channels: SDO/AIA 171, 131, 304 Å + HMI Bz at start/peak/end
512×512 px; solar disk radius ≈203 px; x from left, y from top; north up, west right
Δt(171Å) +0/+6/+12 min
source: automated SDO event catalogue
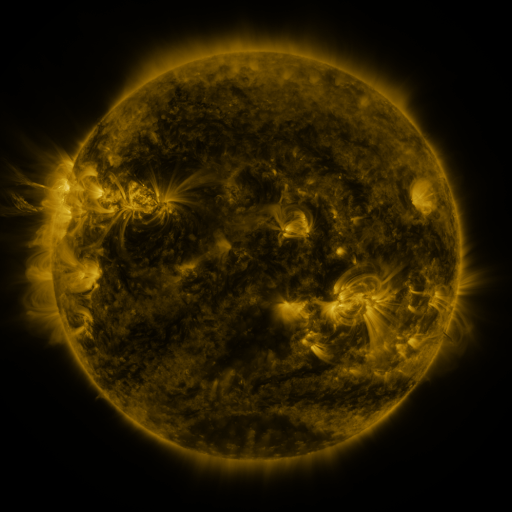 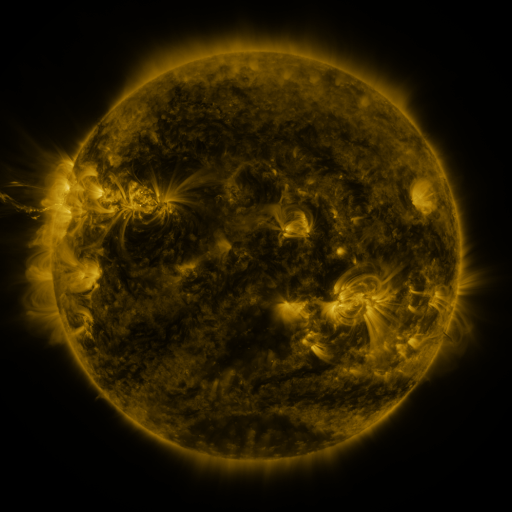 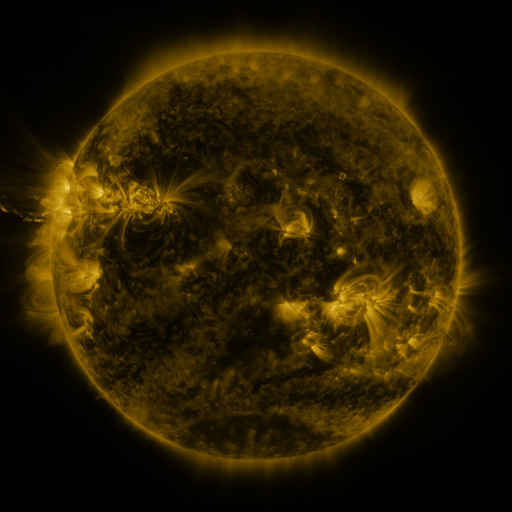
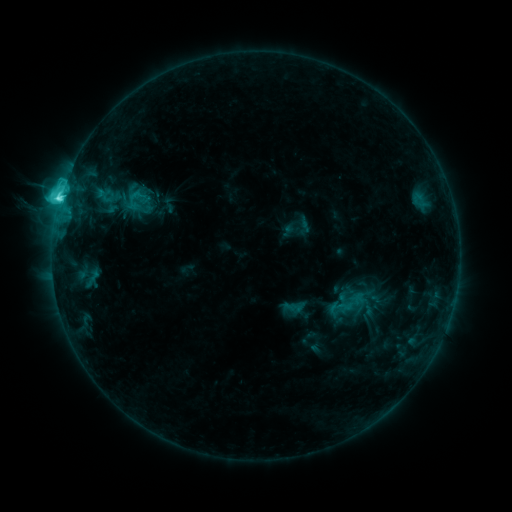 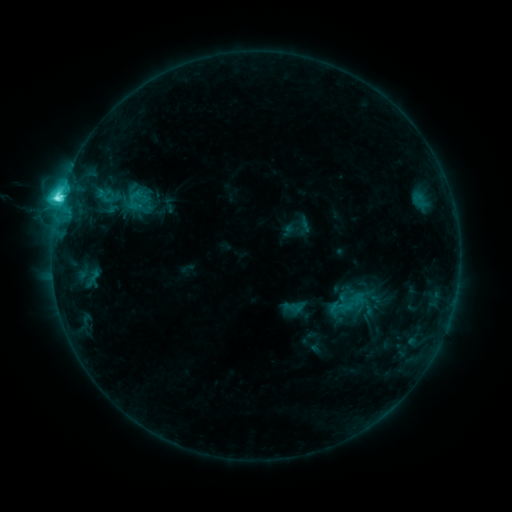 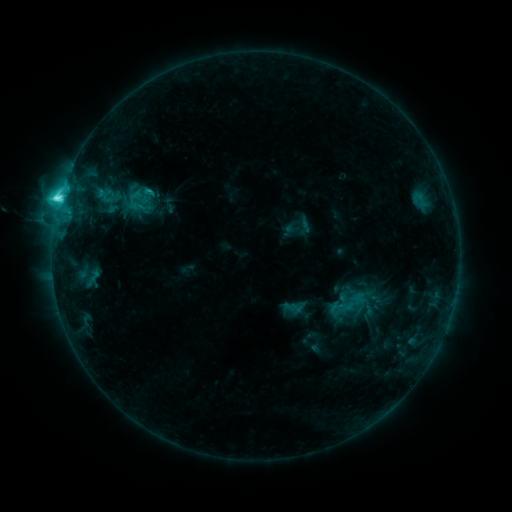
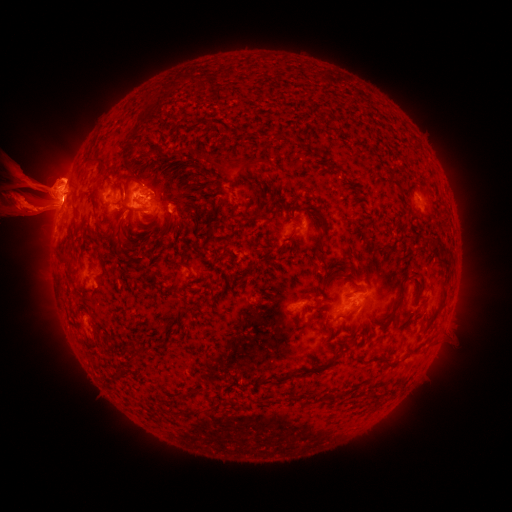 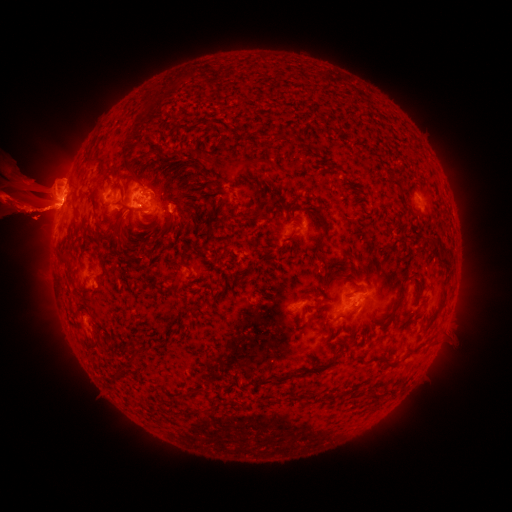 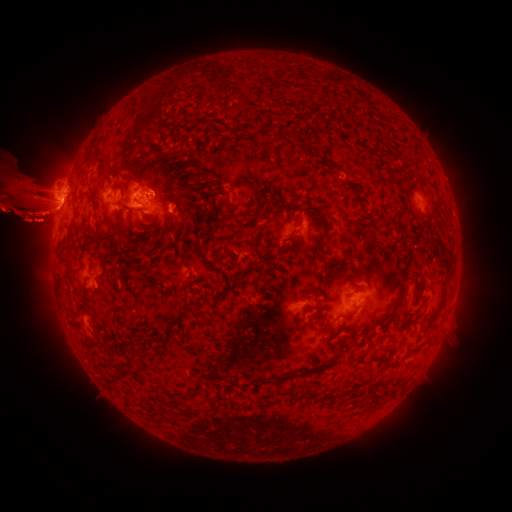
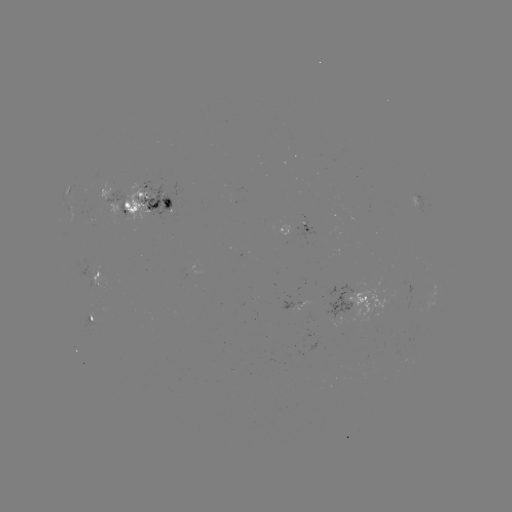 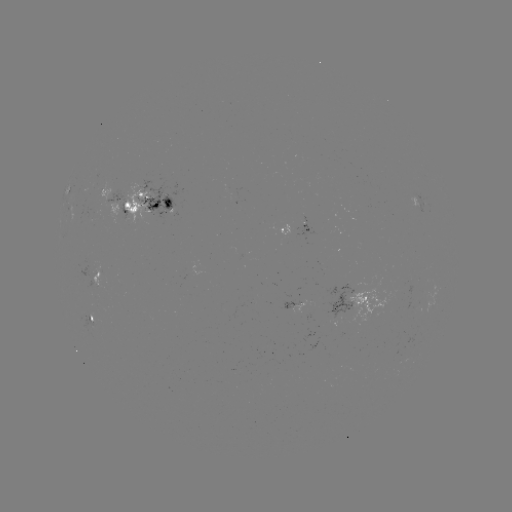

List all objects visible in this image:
eruption: (40, 299)
